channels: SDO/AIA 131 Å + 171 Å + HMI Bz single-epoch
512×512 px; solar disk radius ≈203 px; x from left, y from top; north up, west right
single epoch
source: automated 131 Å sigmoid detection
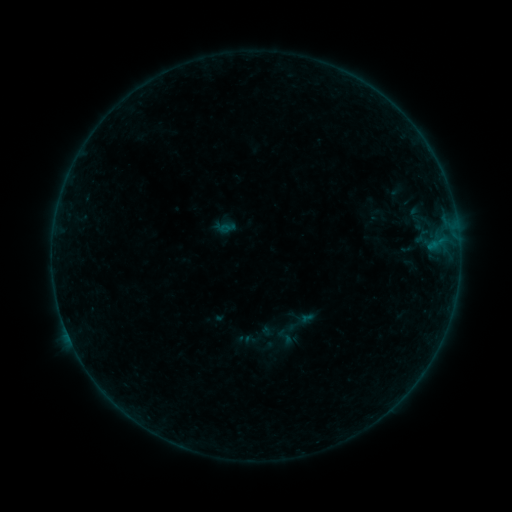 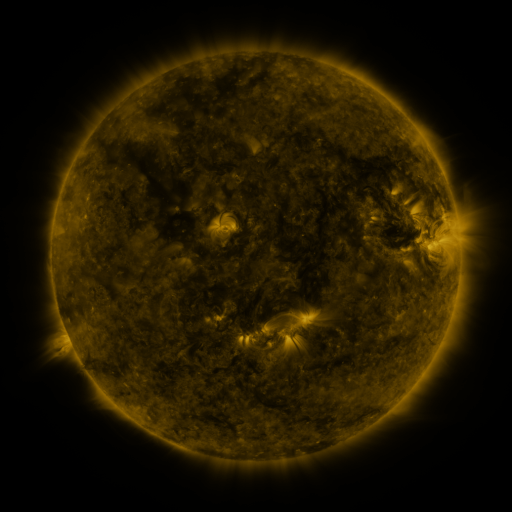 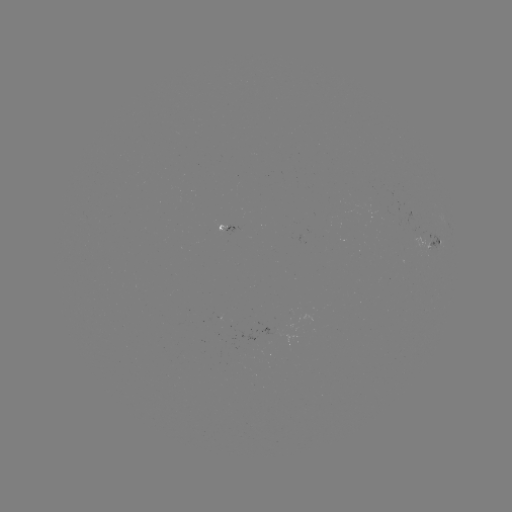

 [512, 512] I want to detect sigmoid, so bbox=[274, 326, 296, 348].